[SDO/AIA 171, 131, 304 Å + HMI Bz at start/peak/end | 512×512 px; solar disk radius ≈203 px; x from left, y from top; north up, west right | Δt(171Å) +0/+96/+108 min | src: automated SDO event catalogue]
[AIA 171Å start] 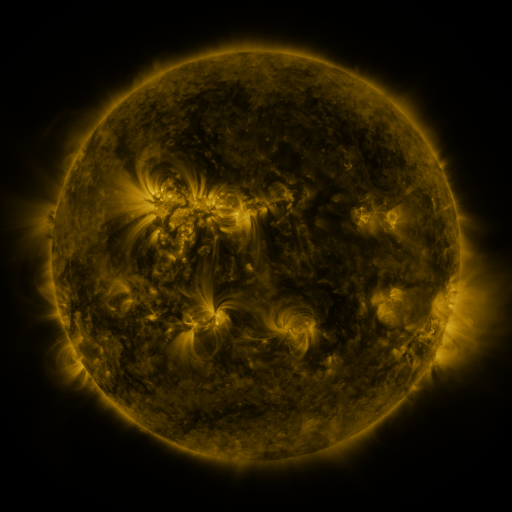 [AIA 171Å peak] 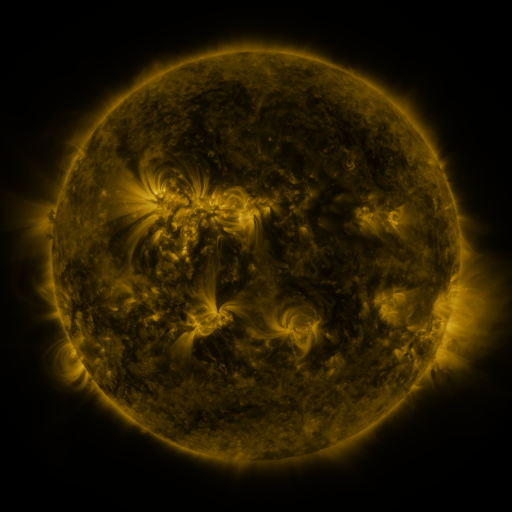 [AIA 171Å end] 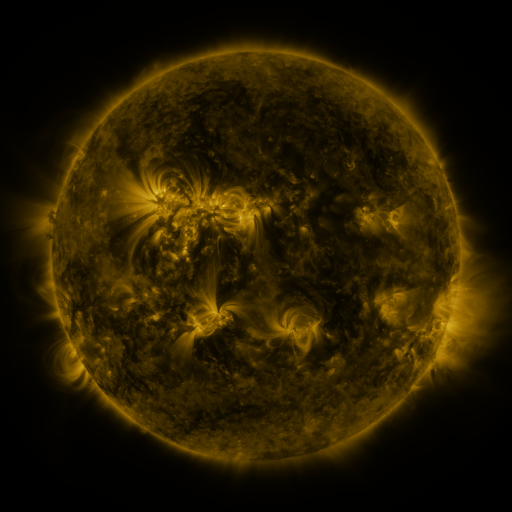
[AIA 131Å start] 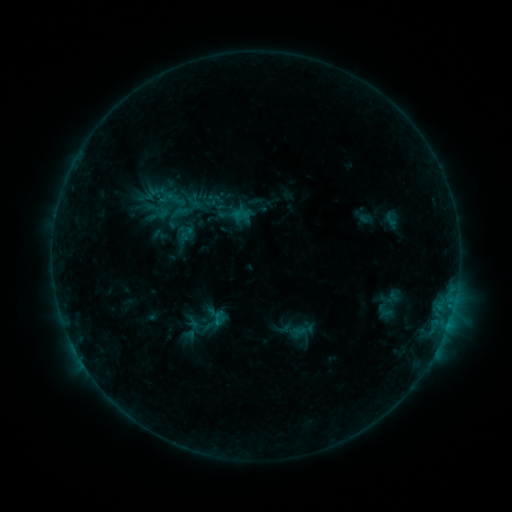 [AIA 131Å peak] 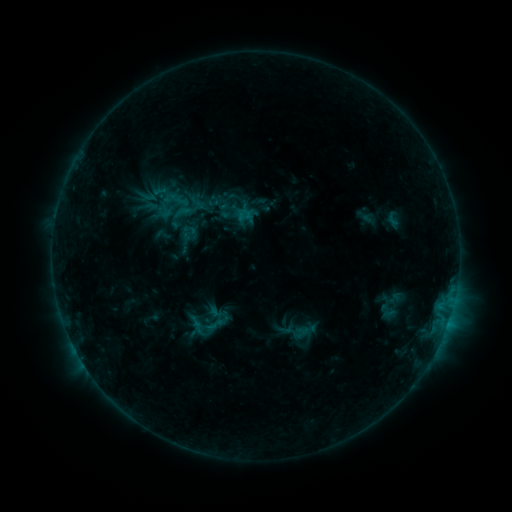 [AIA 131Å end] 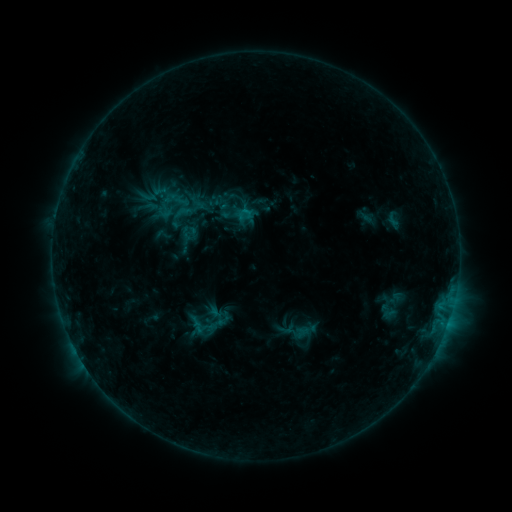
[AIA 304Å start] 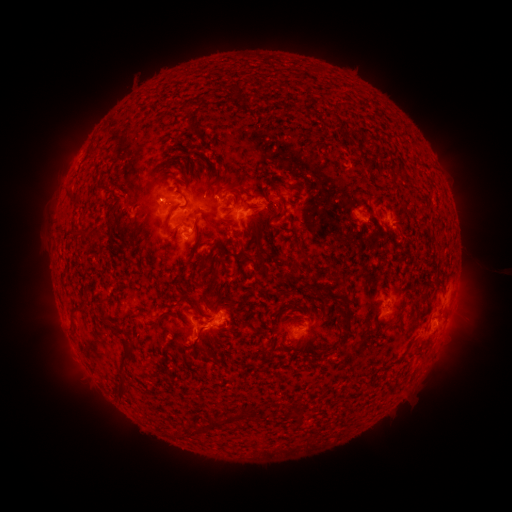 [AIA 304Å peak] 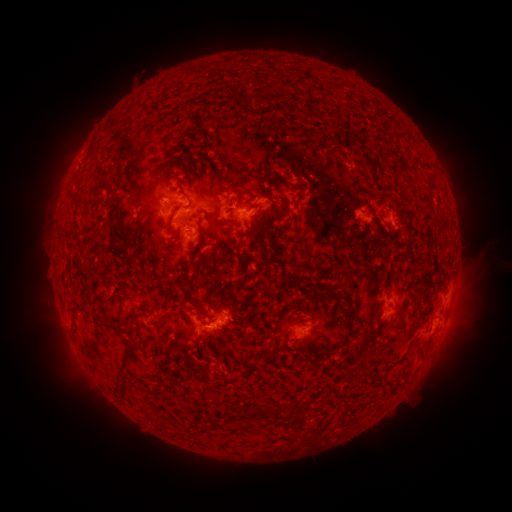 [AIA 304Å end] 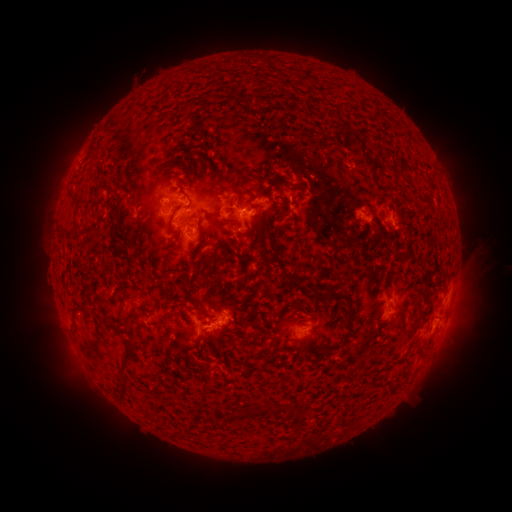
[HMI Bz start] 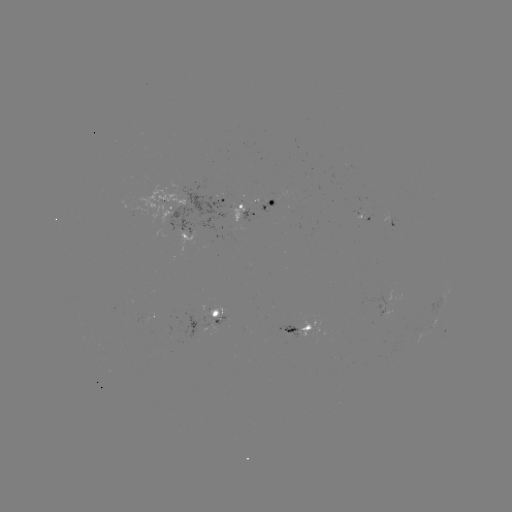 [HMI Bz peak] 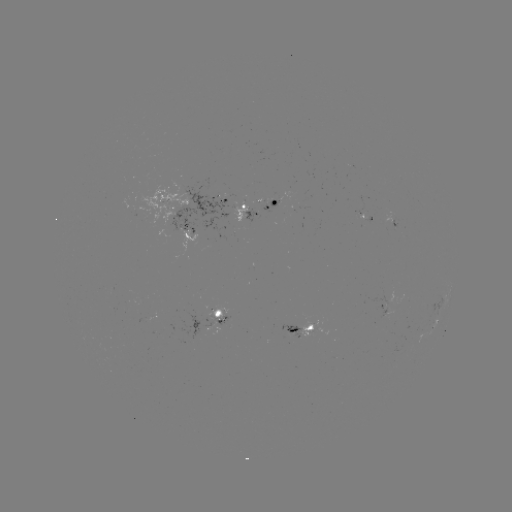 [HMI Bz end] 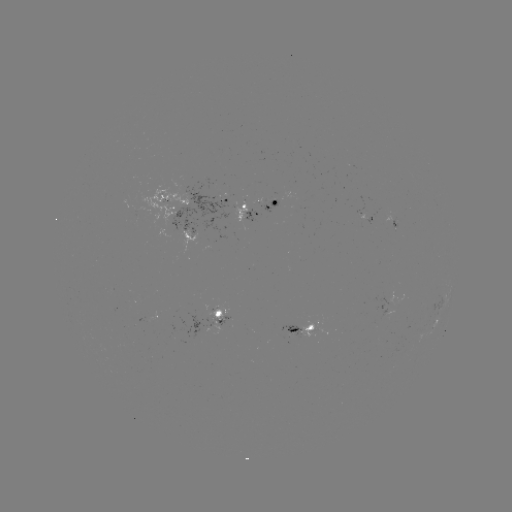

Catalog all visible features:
emerging-flux region: (213, 323)
